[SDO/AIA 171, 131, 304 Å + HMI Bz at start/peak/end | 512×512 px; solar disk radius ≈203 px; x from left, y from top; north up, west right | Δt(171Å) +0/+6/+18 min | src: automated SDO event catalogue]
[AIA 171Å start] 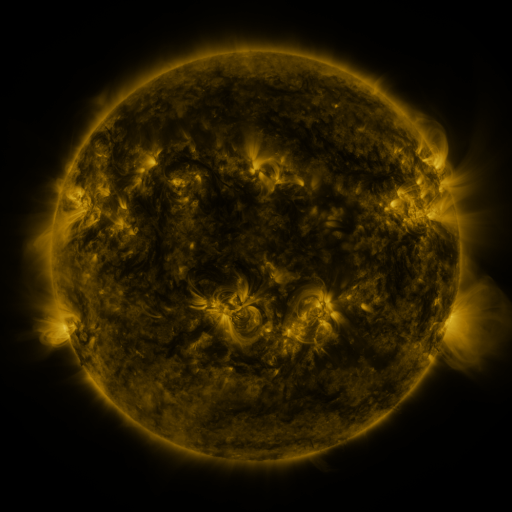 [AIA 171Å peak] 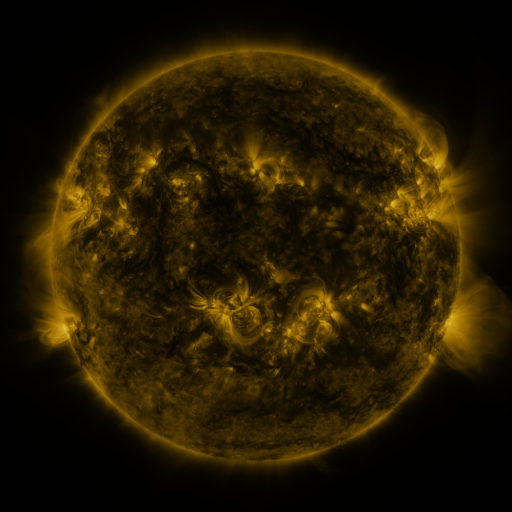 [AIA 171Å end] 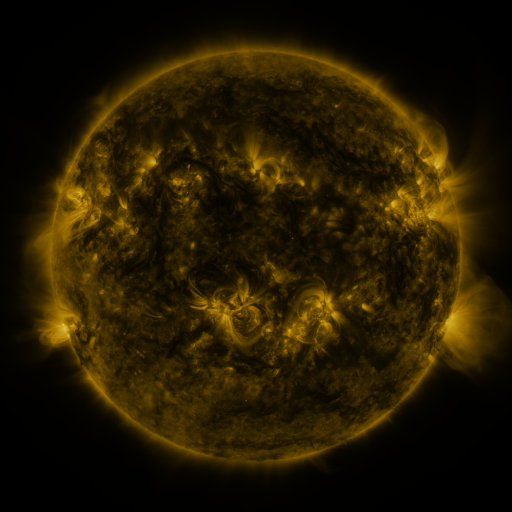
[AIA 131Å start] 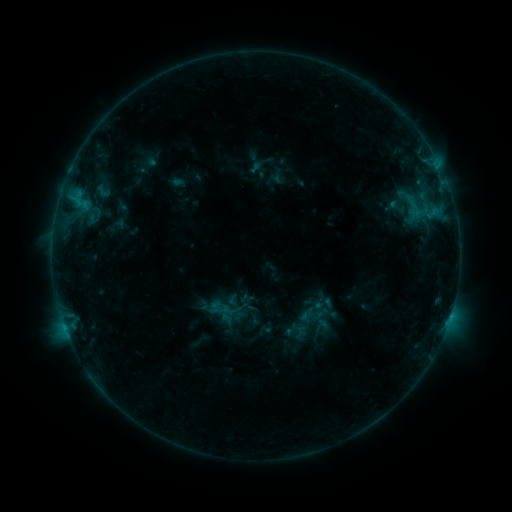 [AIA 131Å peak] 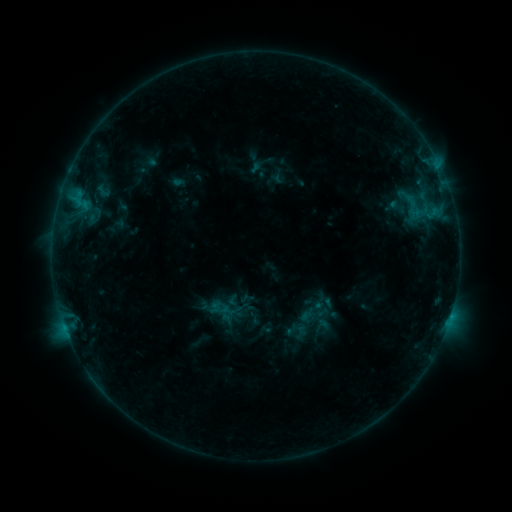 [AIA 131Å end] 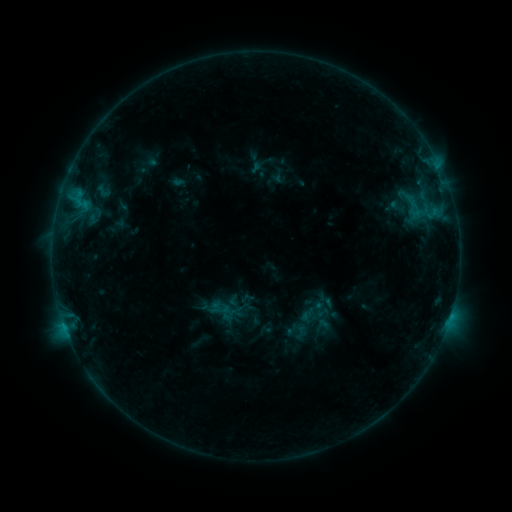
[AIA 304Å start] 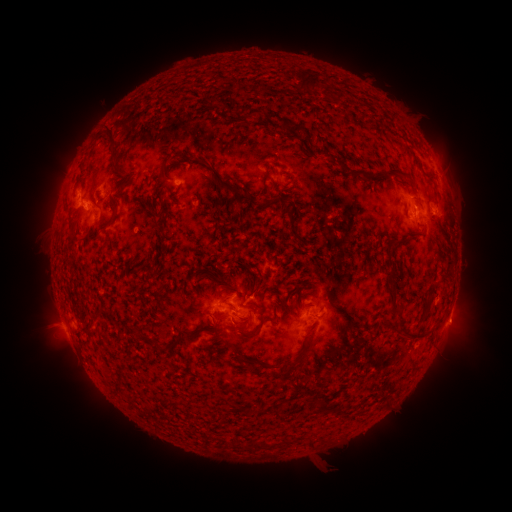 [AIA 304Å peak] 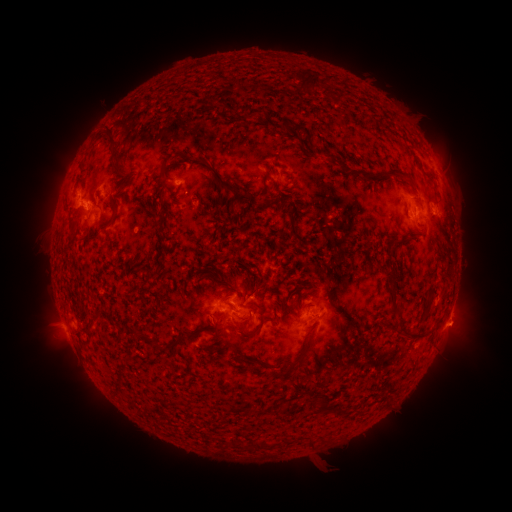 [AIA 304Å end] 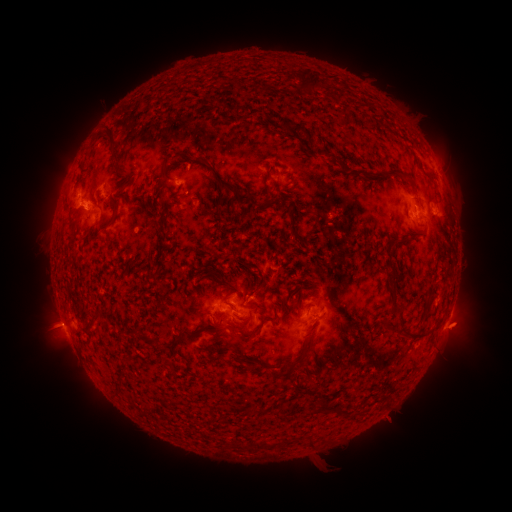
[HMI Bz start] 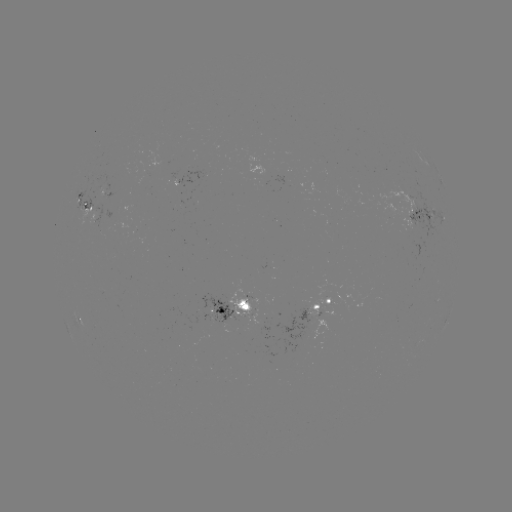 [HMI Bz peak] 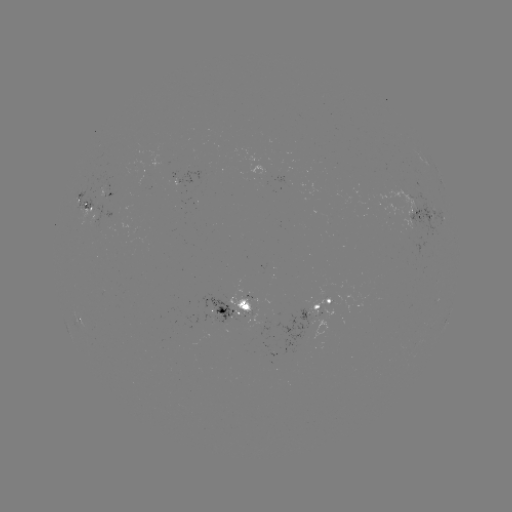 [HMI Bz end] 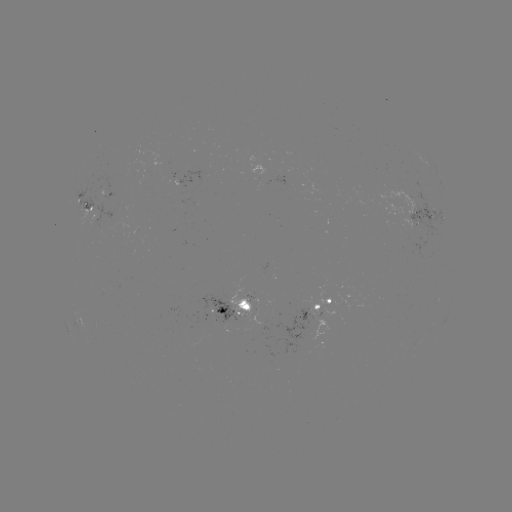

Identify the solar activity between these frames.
eruption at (460, 327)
